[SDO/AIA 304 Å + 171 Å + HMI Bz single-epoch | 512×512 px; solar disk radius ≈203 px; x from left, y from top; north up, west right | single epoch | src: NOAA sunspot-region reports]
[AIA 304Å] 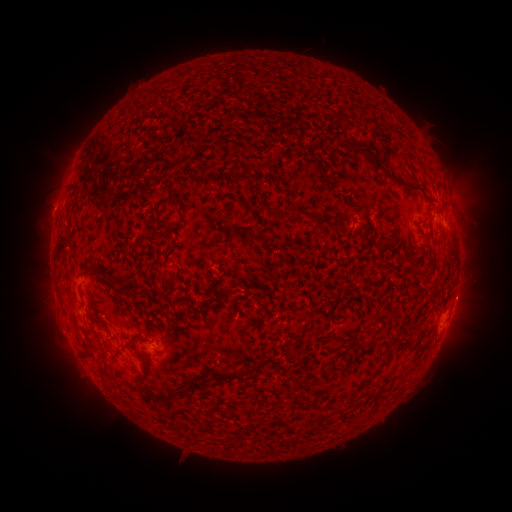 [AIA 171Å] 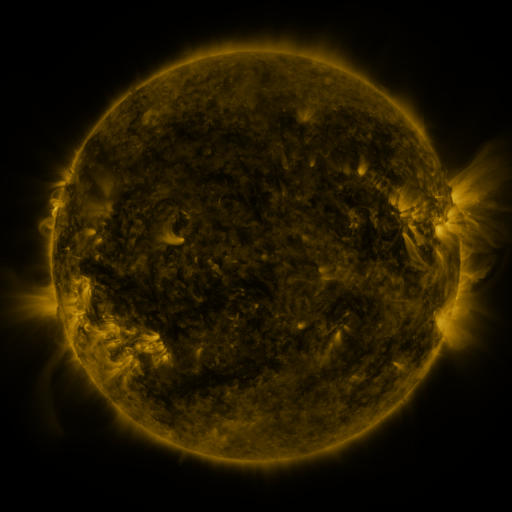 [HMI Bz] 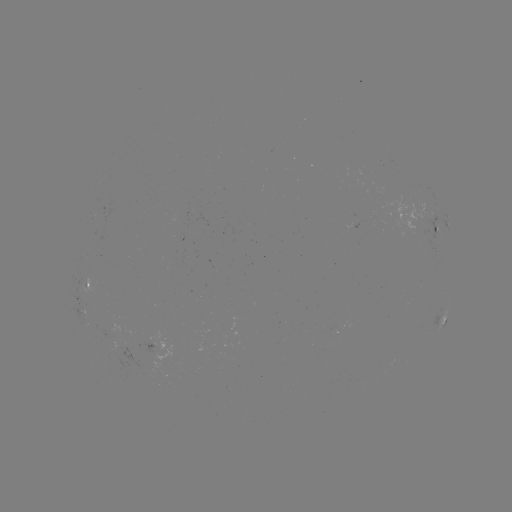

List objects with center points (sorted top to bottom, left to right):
spotted active region: (439, 227)
spotted active region: (89, 288)
spotted active region: (442, 318)
